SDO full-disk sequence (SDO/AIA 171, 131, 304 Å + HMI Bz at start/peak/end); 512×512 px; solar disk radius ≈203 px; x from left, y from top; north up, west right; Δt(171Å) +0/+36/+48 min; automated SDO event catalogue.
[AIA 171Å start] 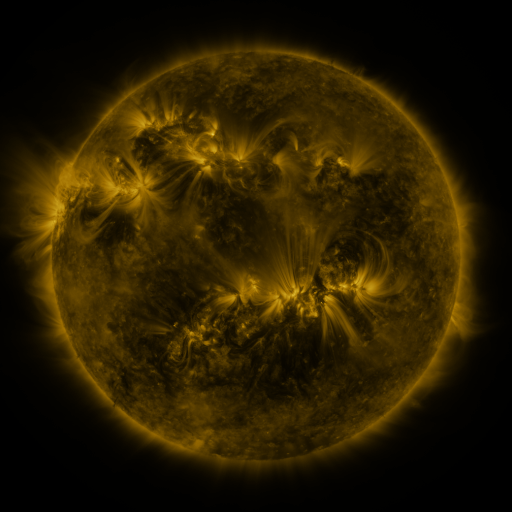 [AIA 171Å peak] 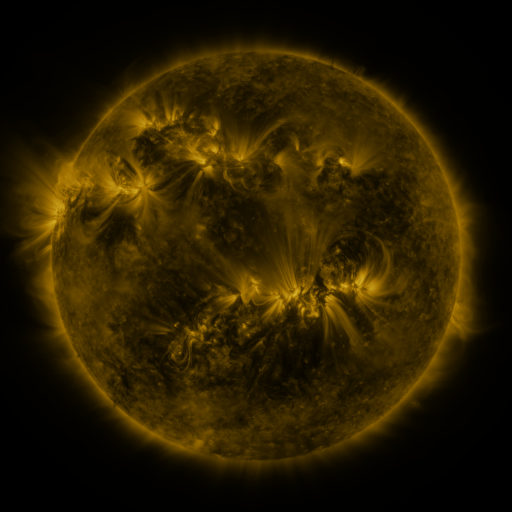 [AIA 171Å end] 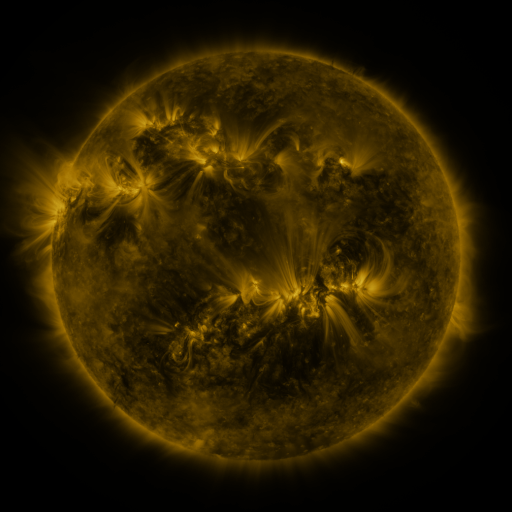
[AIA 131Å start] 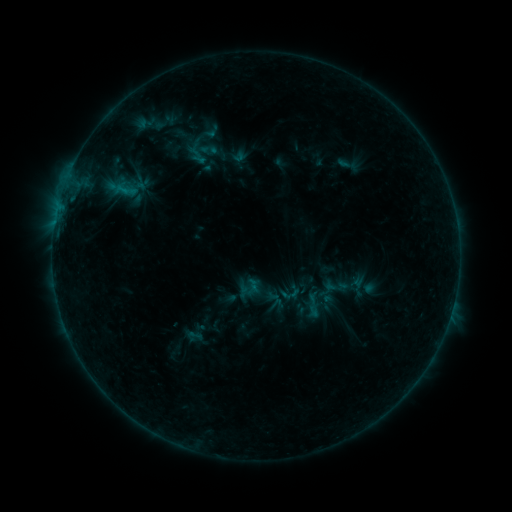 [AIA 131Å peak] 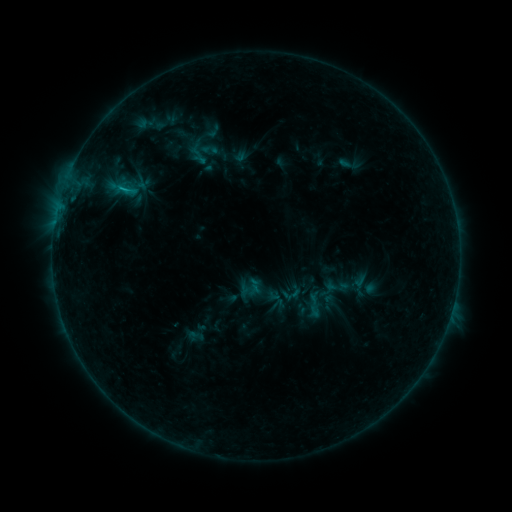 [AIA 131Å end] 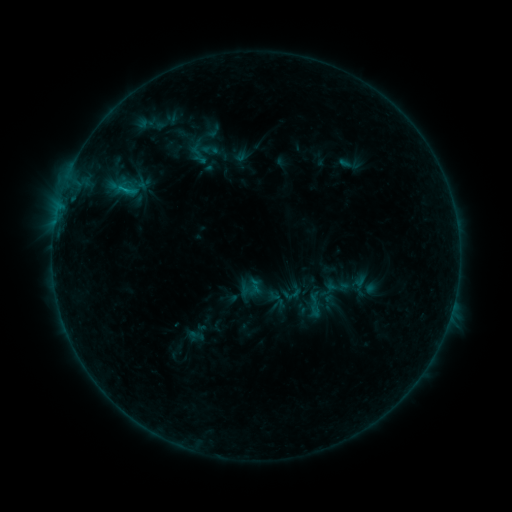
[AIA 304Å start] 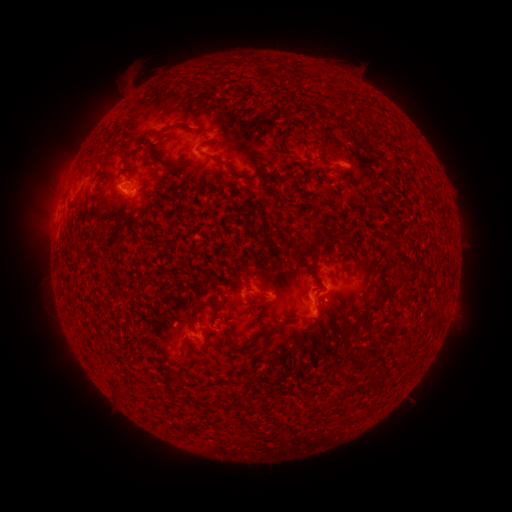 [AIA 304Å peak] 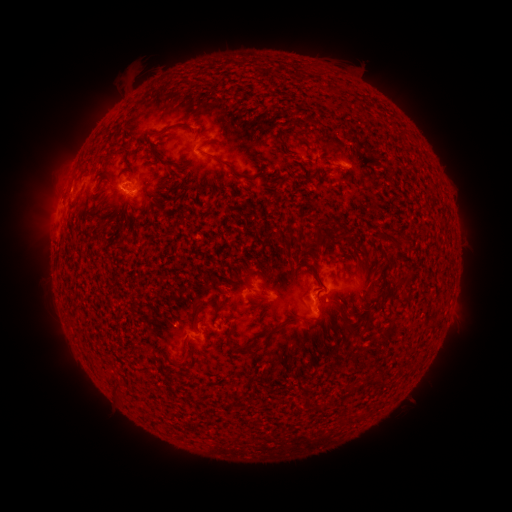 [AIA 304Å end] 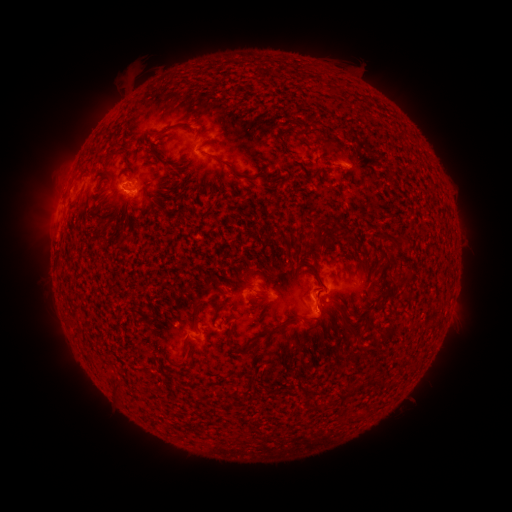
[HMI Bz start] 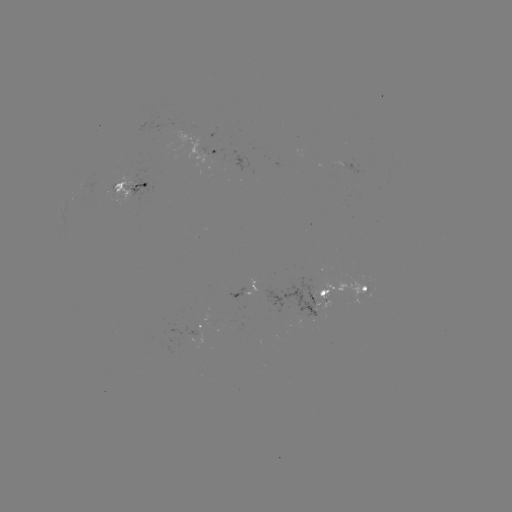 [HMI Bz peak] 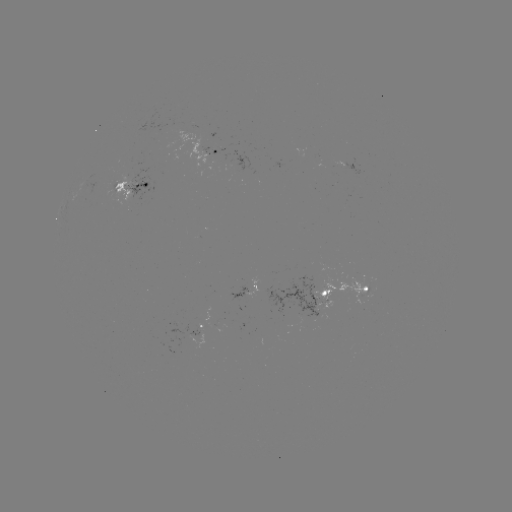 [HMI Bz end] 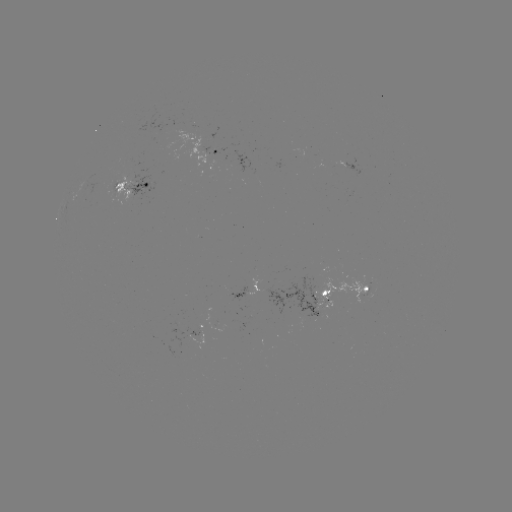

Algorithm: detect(emerging-flux region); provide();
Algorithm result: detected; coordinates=(314, 297)